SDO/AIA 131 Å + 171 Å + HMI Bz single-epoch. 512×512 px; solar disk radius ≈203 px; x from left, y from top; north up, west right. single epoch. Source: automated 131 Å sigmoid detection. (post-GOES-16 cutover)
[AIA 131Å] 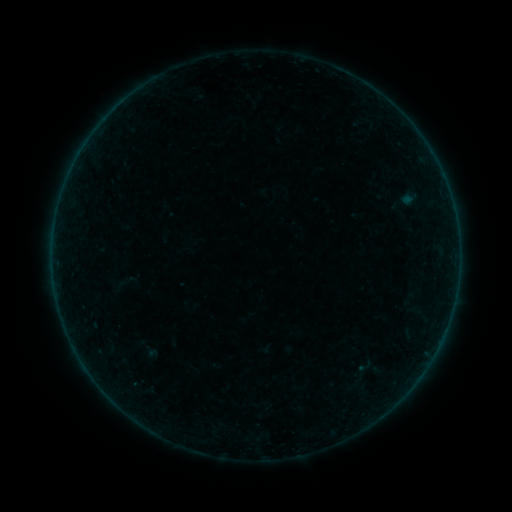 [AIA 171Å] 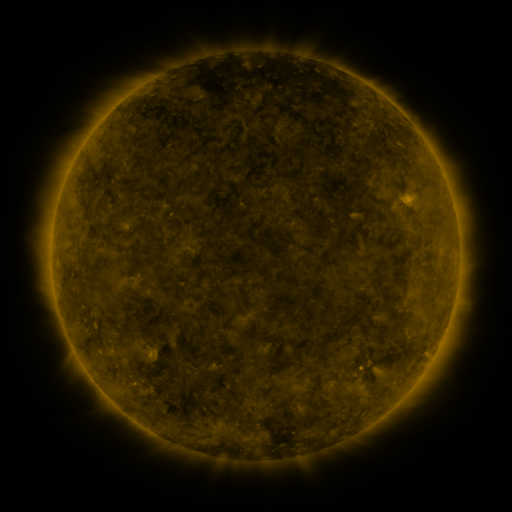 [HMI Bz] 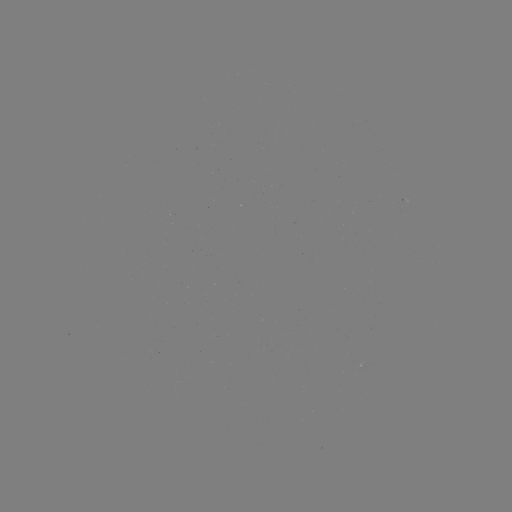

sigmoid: (356, 357, 373, 375)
